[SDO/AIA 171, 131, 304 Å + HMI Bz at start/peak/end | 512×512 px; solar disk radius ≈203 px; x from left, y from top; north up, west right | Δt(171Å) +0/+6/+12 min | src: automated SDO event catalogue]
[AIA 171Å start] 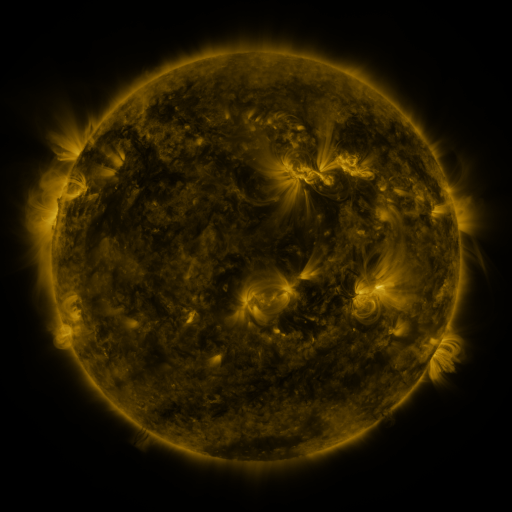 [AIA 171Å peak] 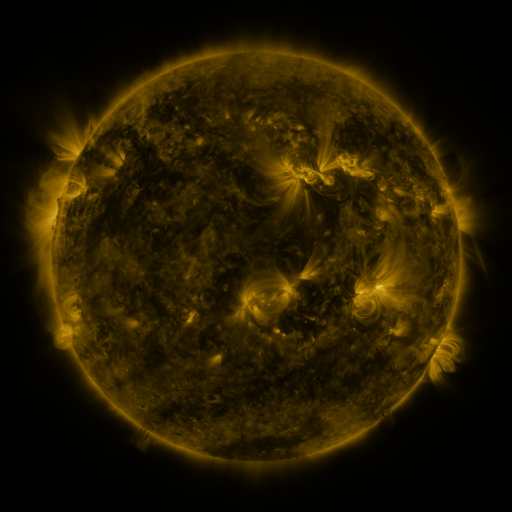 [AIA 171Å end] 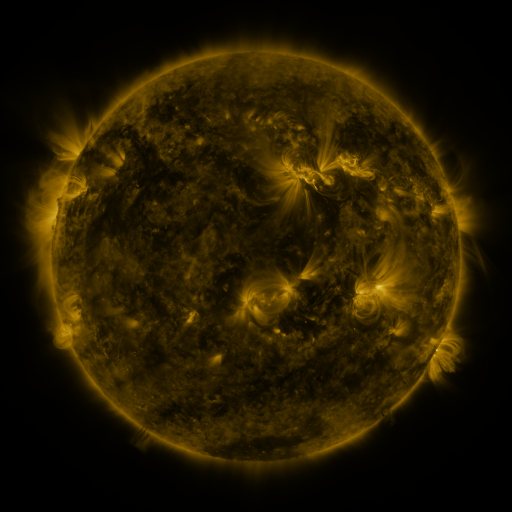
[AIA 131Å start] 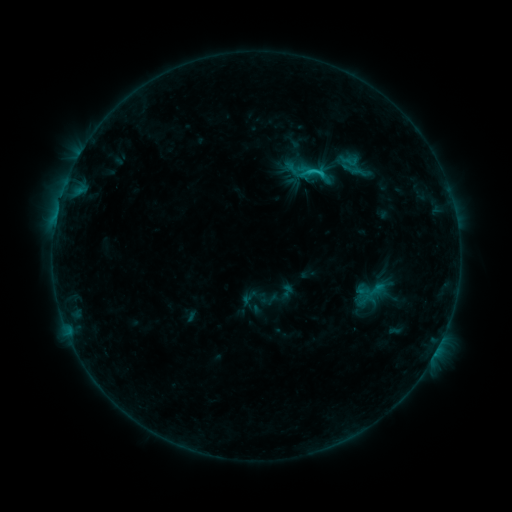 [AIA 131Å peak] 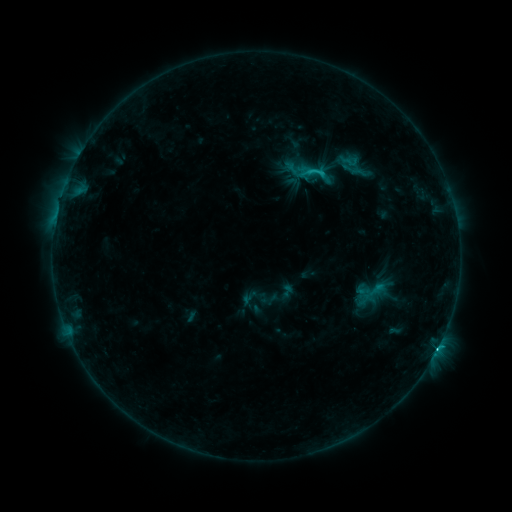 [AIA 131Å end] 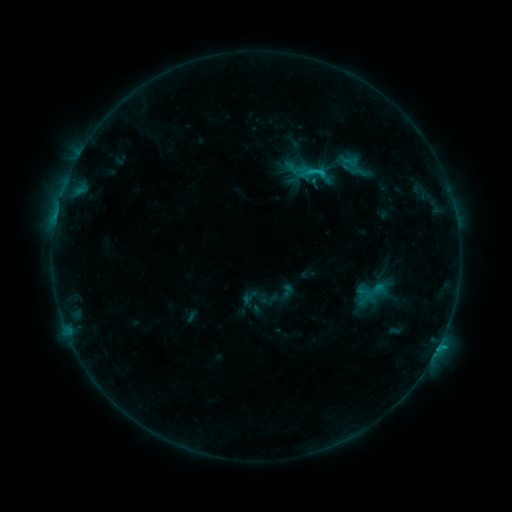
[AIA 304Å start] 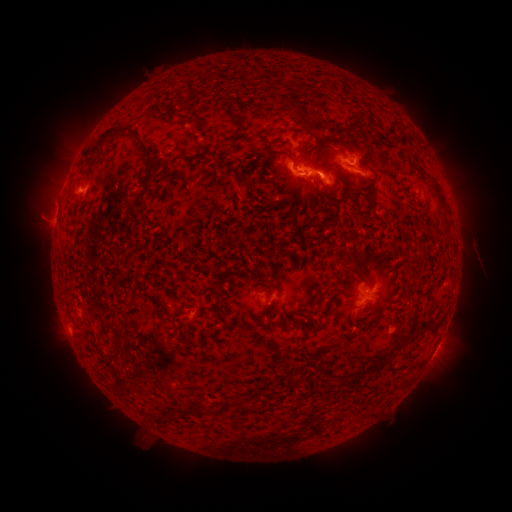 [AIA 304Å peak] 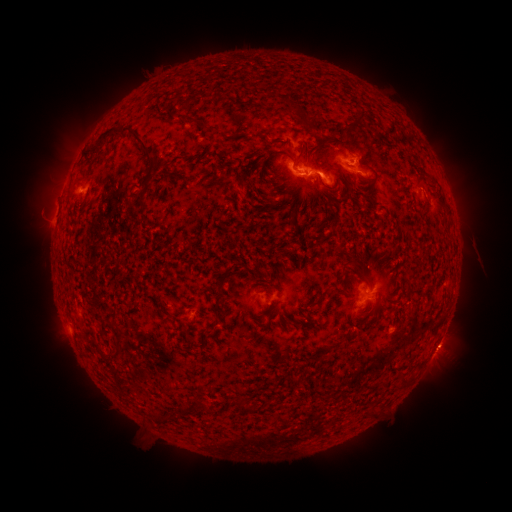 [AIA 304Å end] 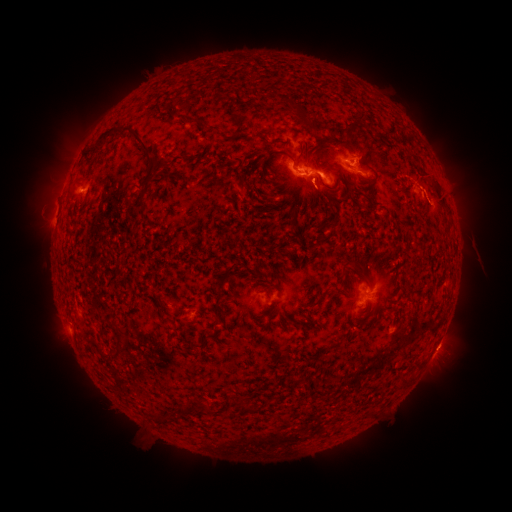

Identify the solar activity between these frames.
C2.0 flare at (438, 342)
